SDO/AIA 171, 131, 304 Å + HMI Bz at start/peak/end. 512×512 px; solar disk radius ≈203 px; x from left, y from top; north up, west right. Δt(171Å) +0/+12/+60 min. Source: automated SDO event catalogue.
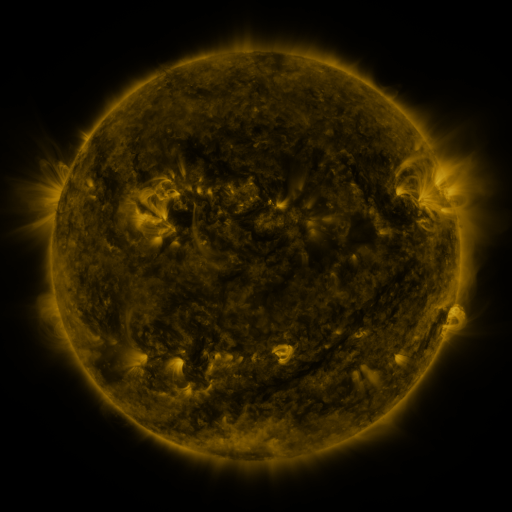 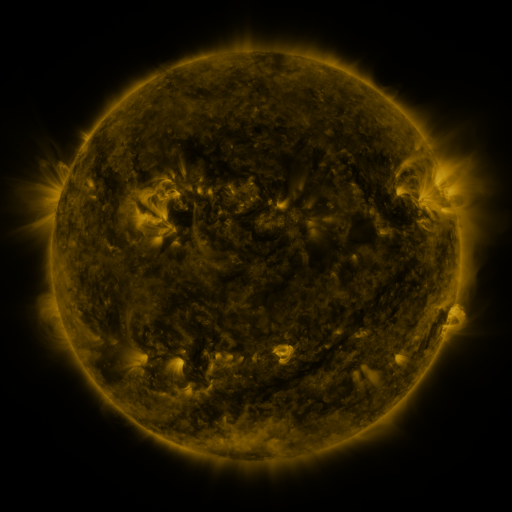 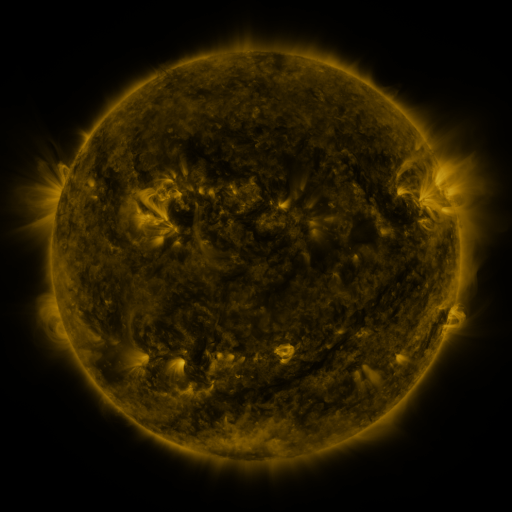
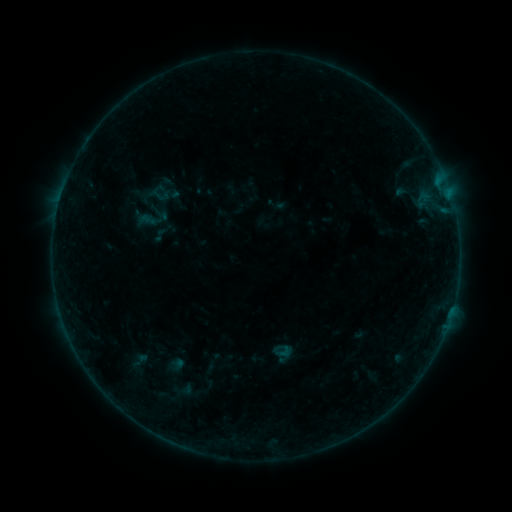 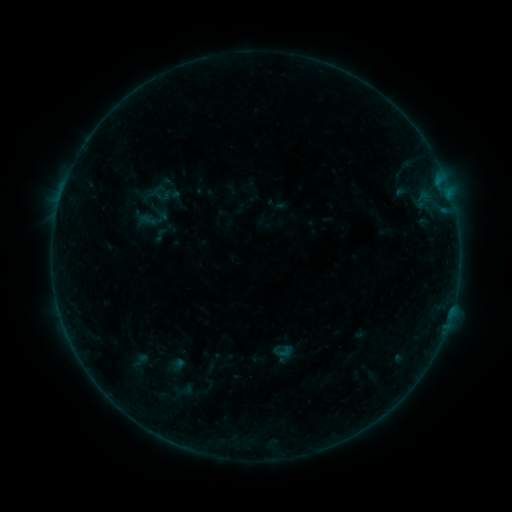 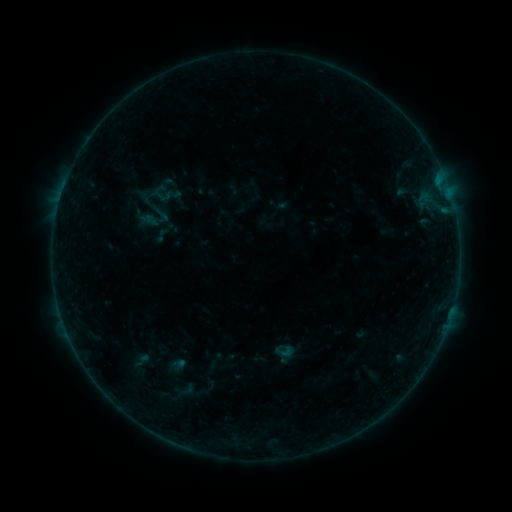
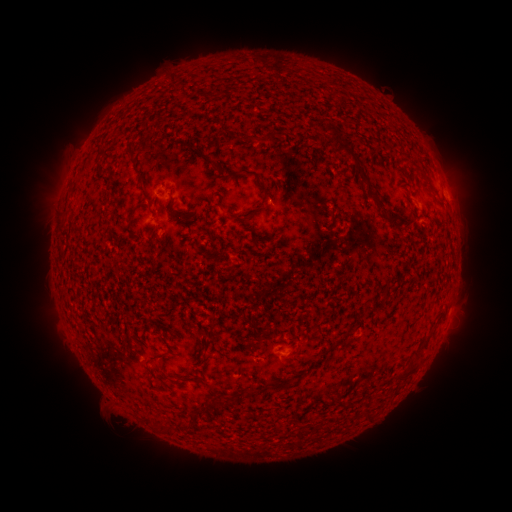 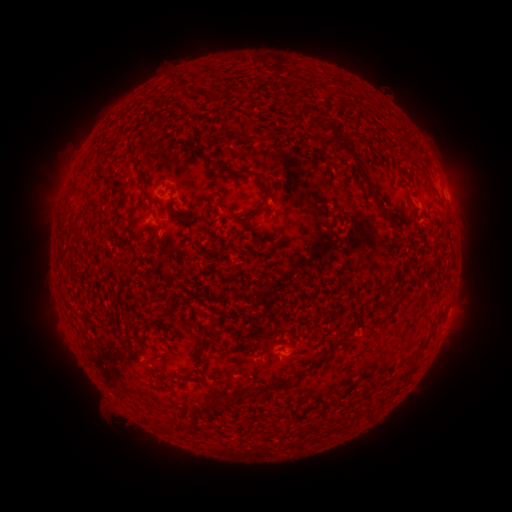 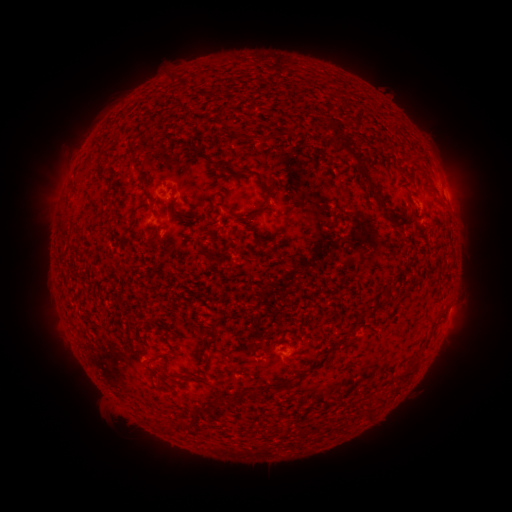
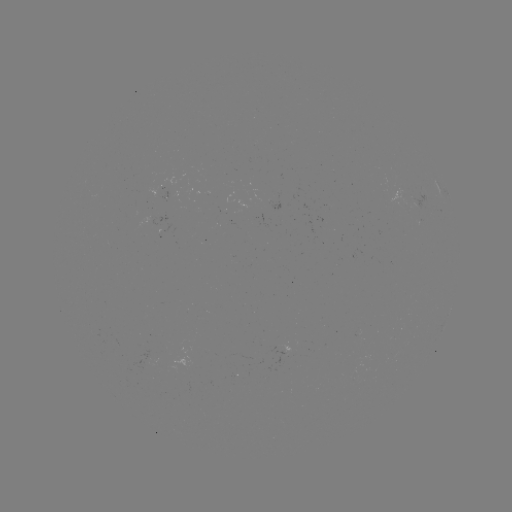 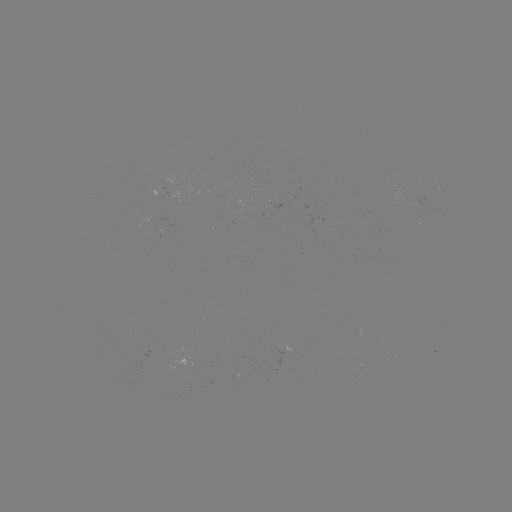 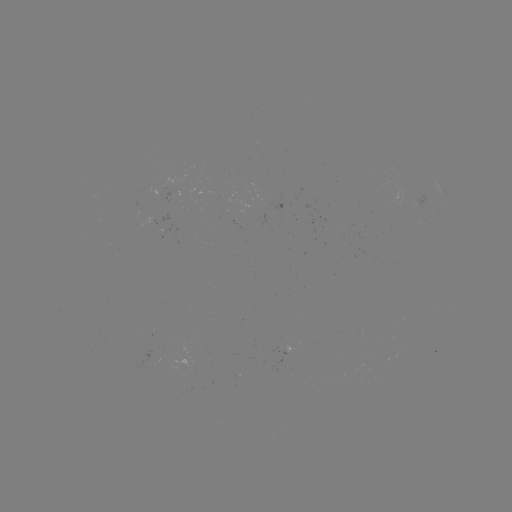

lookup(B1.8 flare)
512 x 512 64,191